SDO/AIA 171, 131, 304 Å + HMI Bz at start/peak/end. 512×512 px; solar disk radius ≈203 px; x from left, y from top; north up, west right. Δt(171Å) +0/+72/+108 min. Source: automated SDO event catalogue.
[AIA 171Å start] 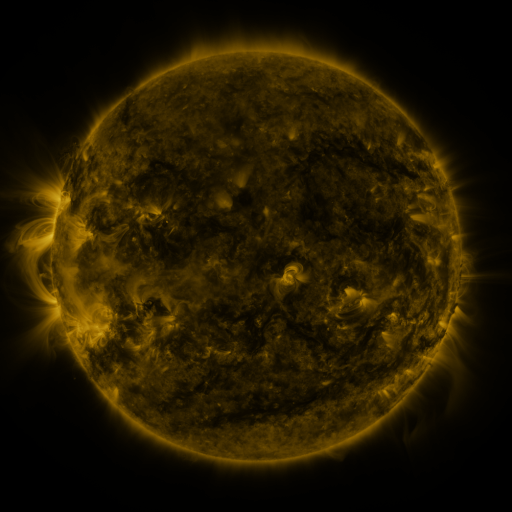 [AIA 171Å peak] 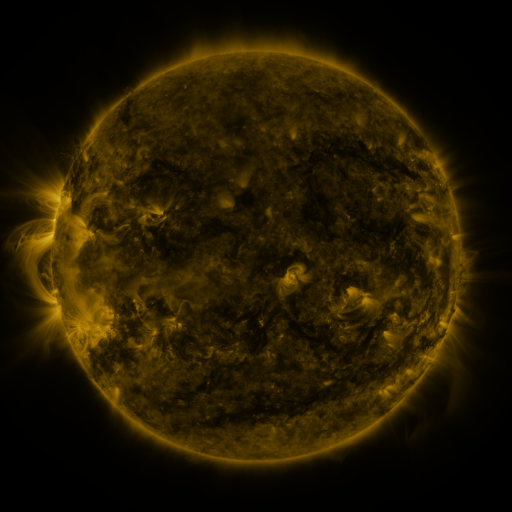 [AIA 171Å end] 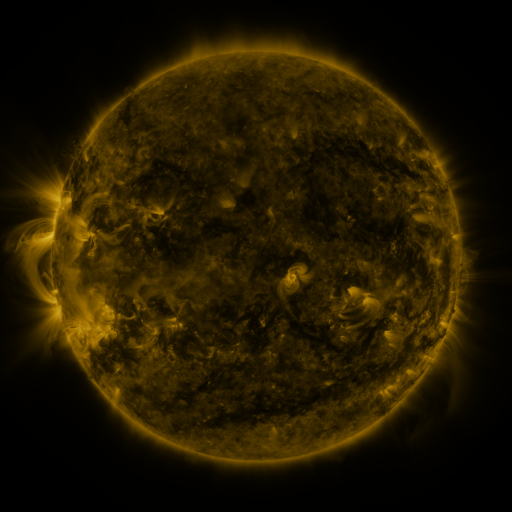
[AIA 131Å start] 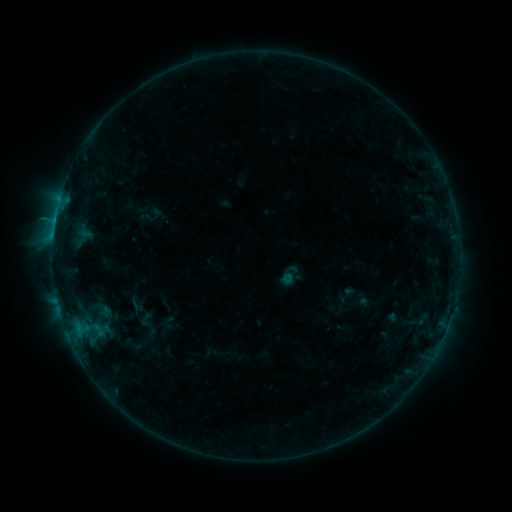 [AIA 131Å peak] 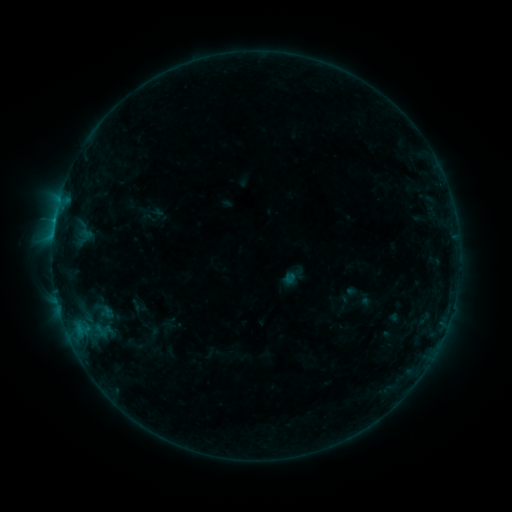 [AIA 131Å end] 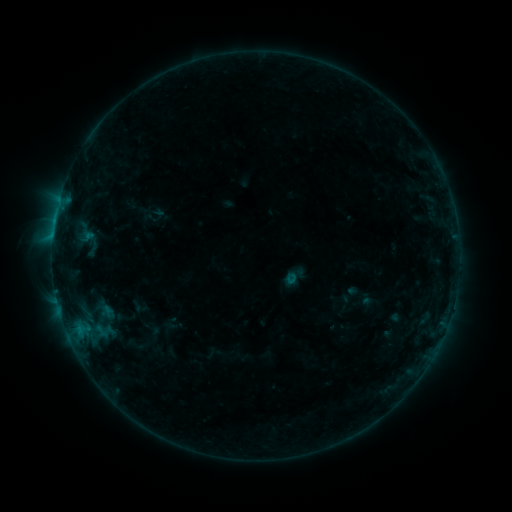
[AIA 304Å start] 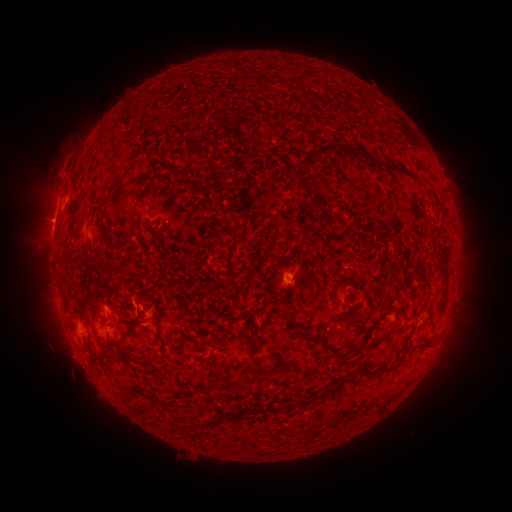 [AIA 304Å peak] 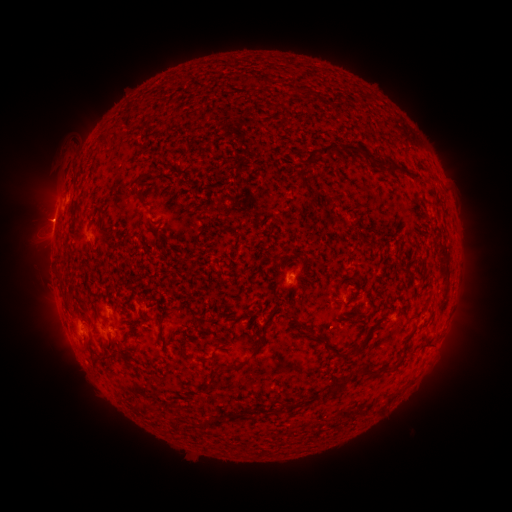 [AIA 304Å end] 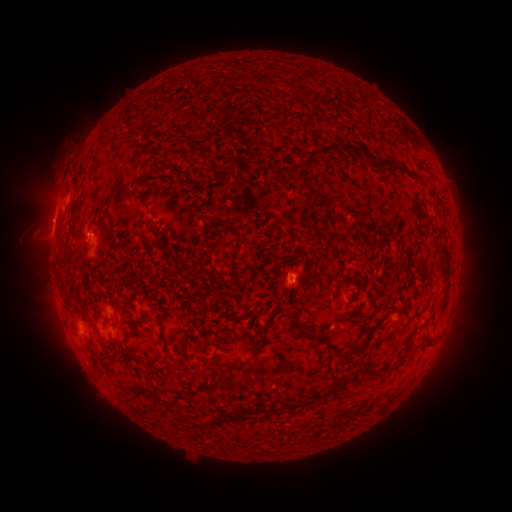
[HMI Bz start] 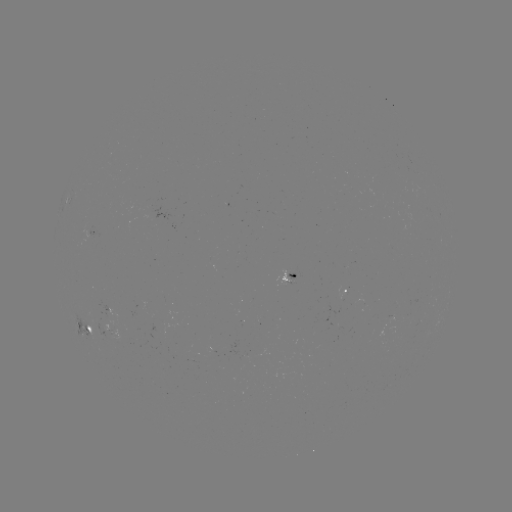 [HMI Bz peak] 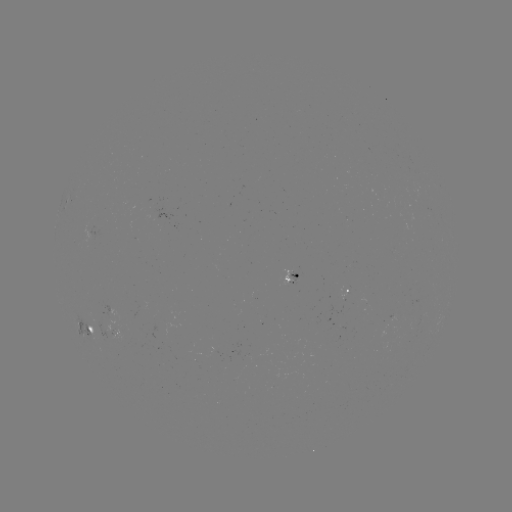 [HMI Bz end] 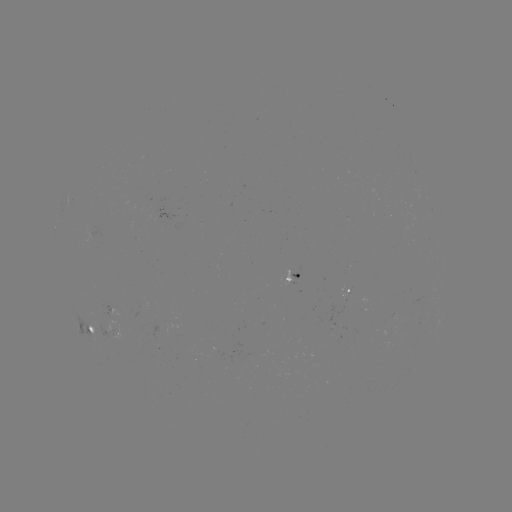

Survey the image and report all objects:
emerging-flux region: (117, 339)
